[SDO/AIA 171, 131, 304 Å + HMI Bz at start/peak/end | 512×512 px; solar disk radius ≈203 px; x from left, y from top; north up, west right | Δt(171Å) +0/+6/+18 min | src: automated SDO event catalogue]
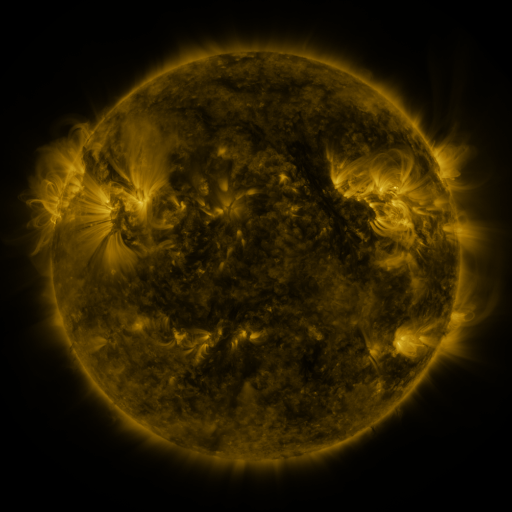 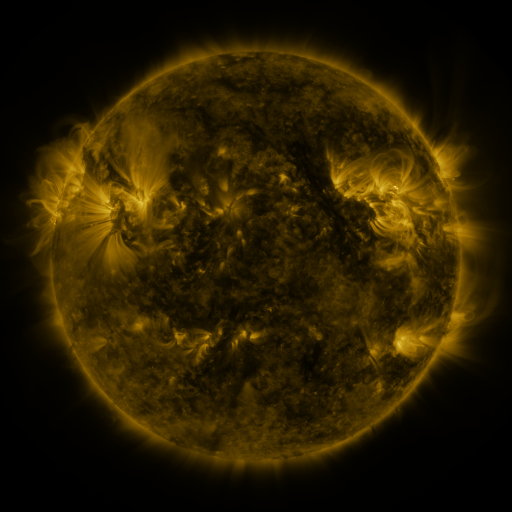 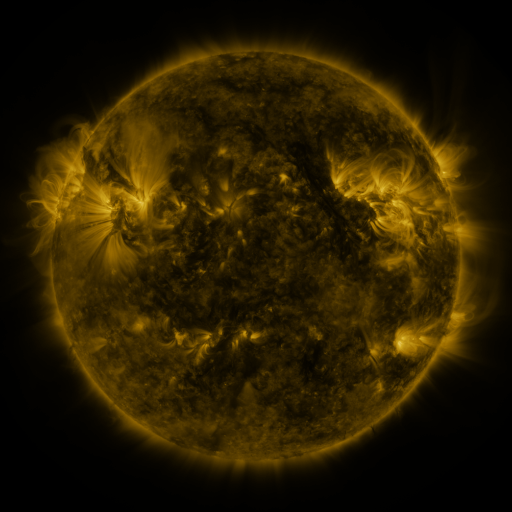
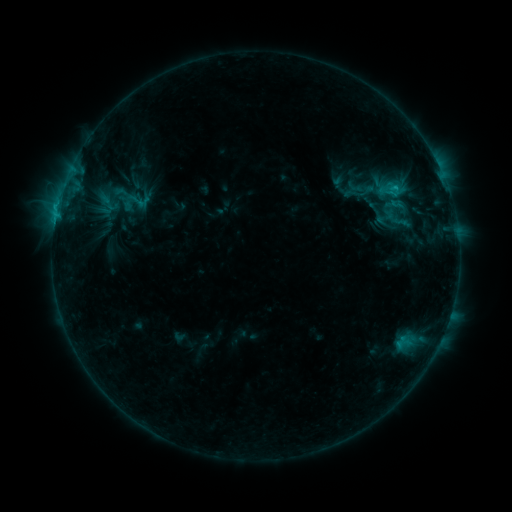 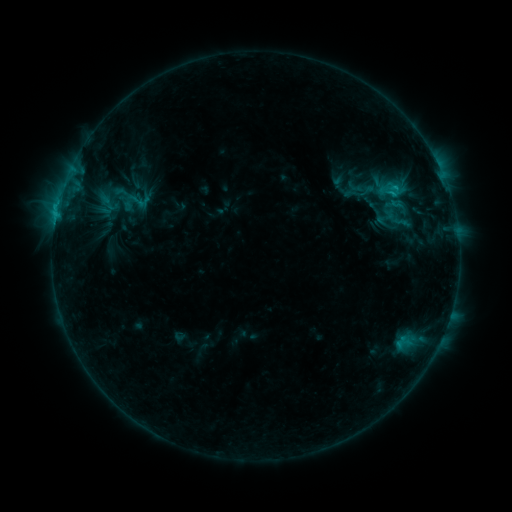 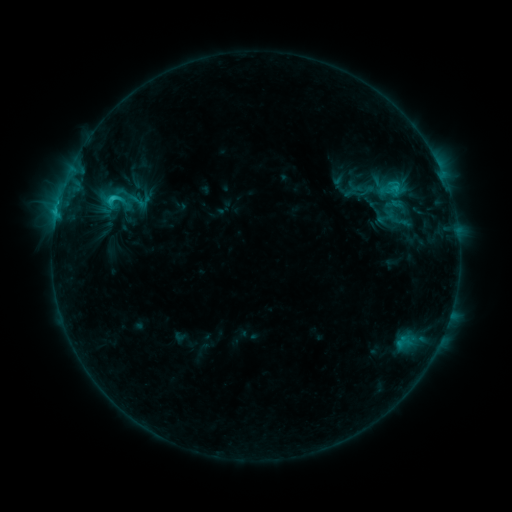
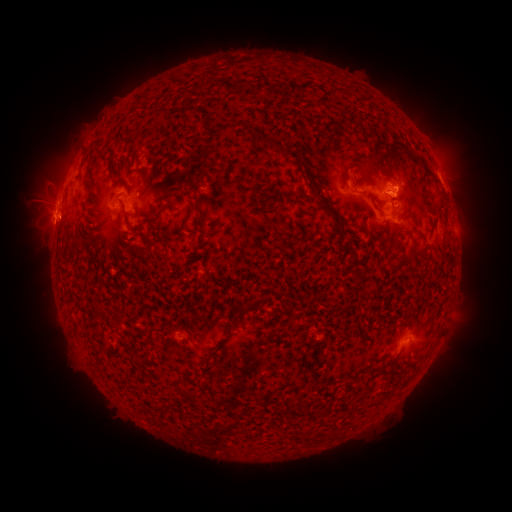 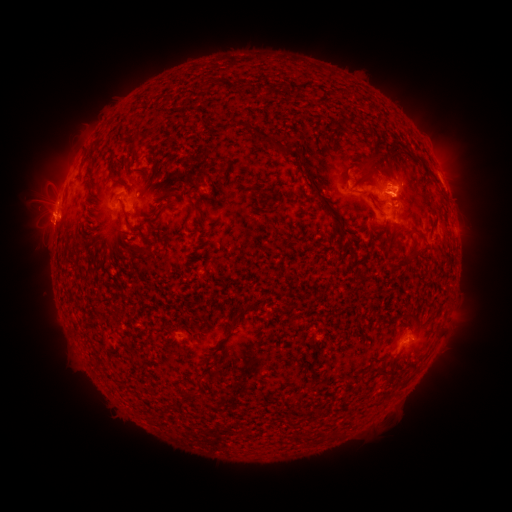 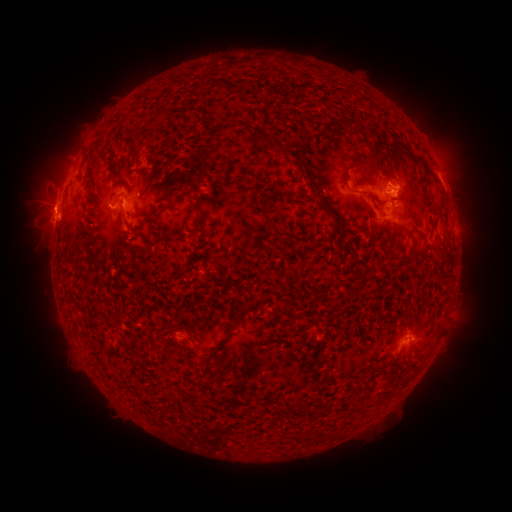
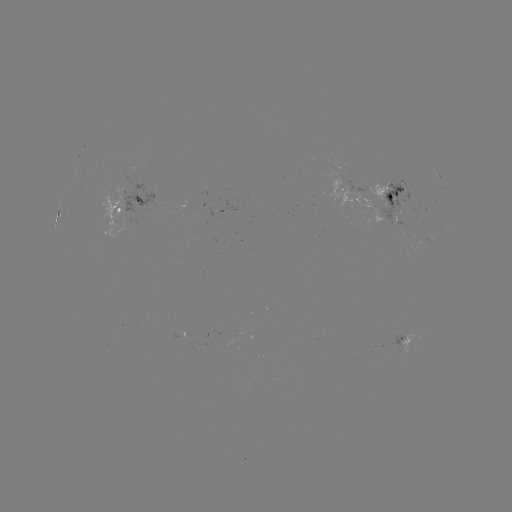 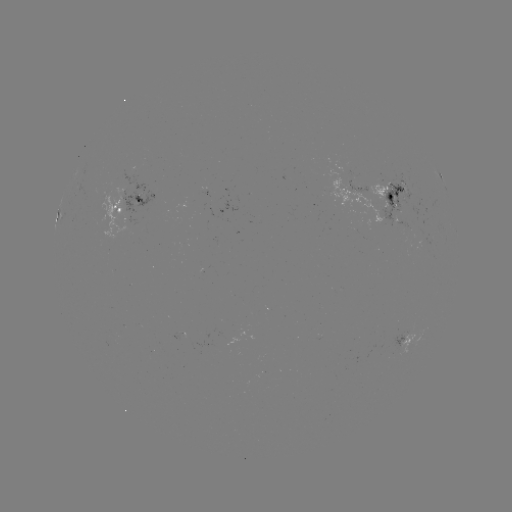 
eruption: <bbox>32, 200, 65, 244</bbox>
